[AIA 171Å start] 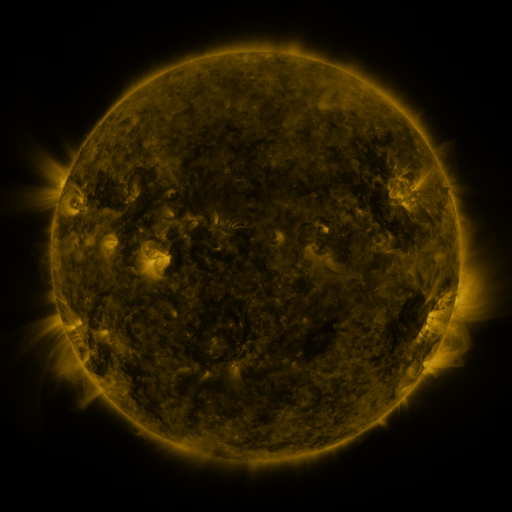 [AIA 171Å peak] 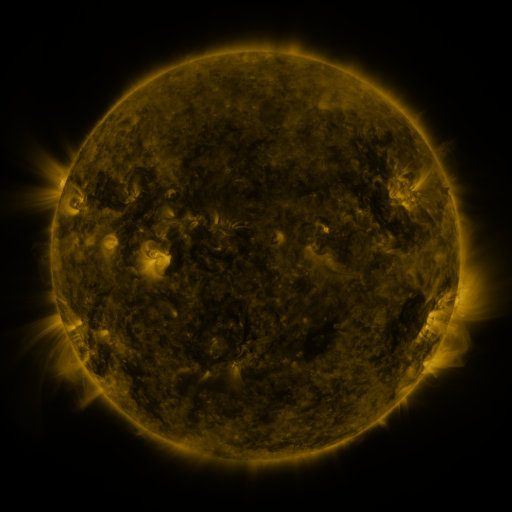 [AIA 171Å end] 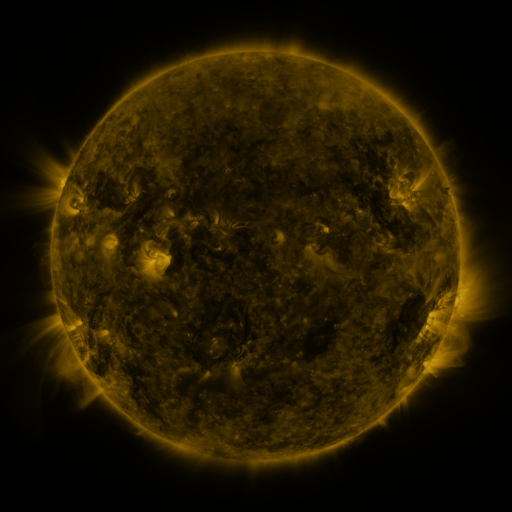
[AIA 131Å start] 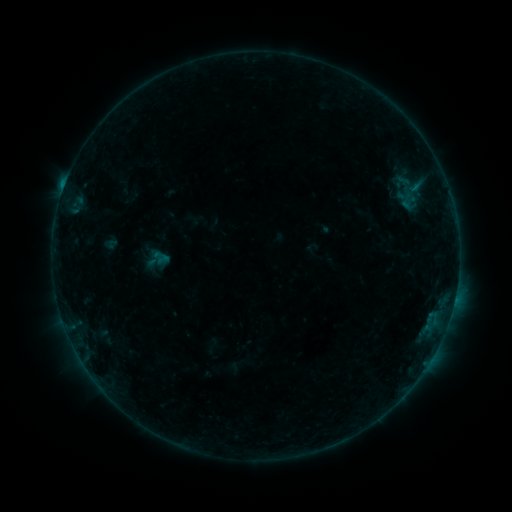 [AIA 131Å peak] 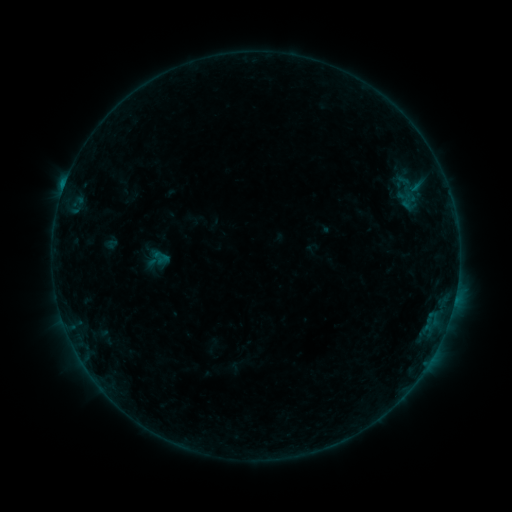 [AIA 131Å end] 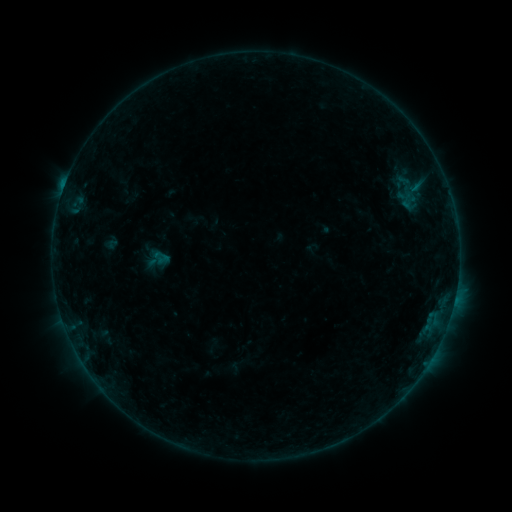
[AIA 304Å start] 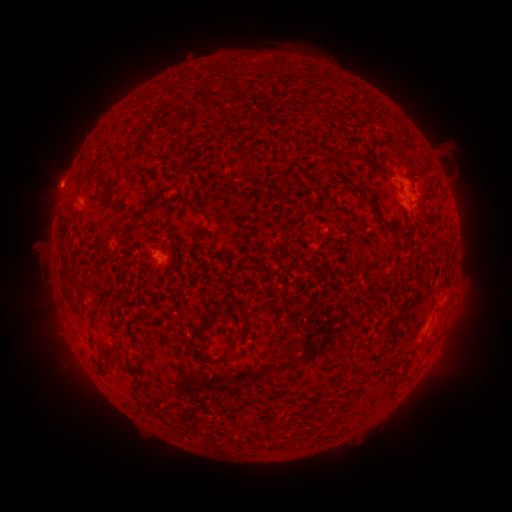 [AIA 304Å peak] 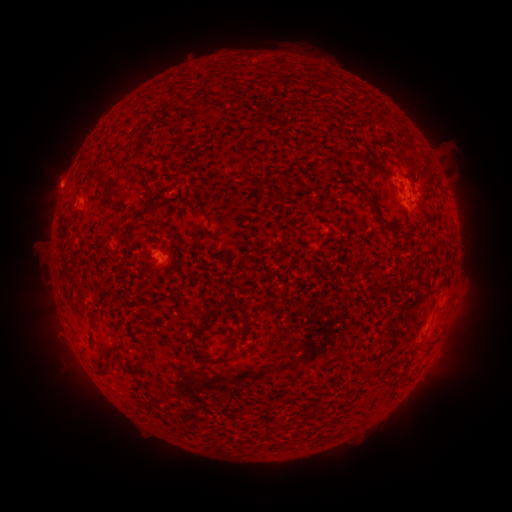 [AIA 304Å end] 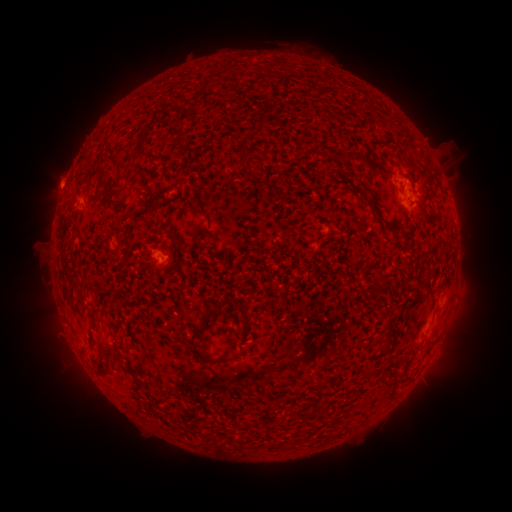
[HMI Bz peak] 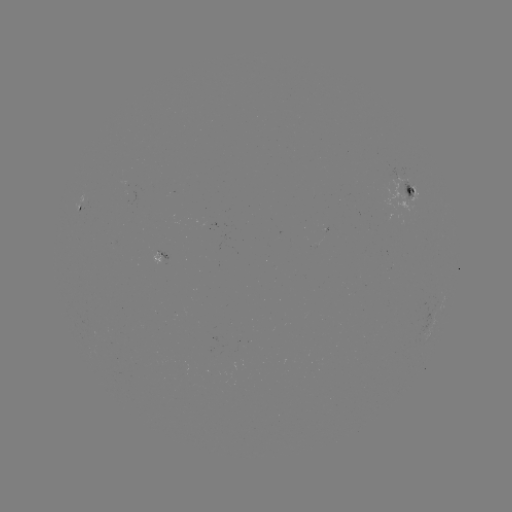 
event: flare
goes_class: B4.3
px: (154, 255)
